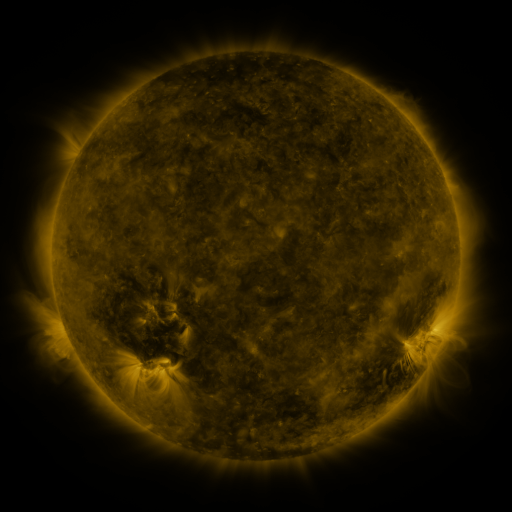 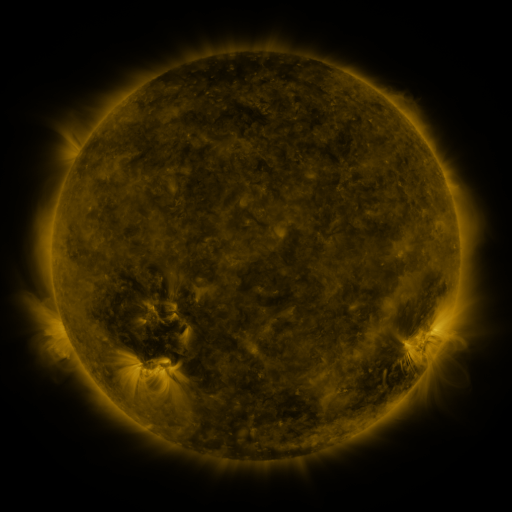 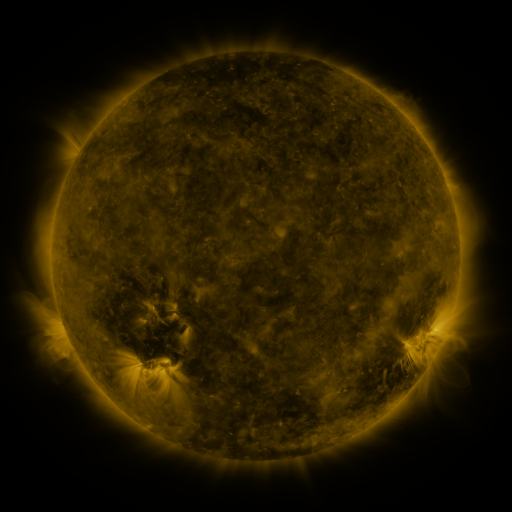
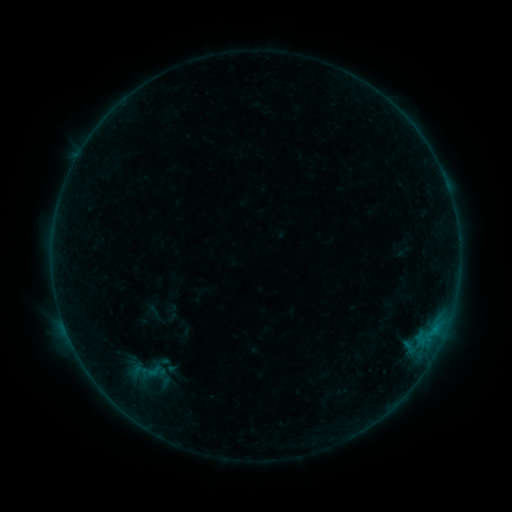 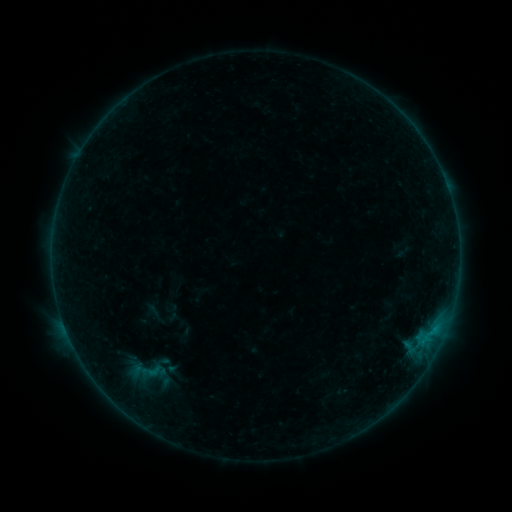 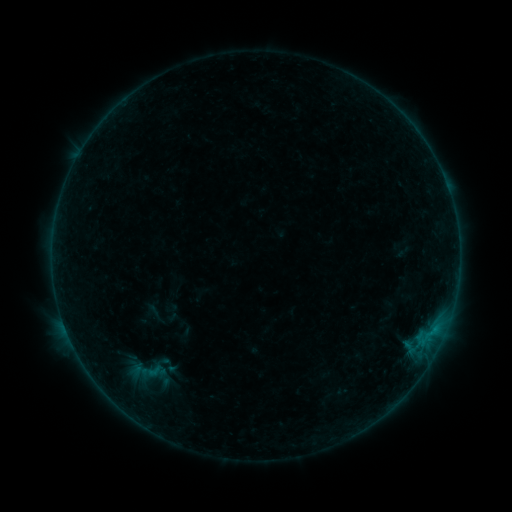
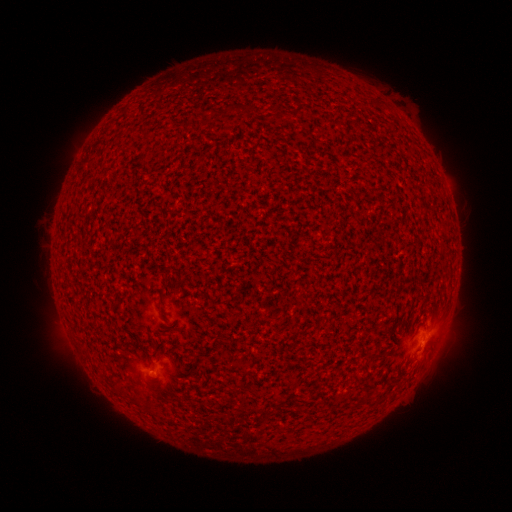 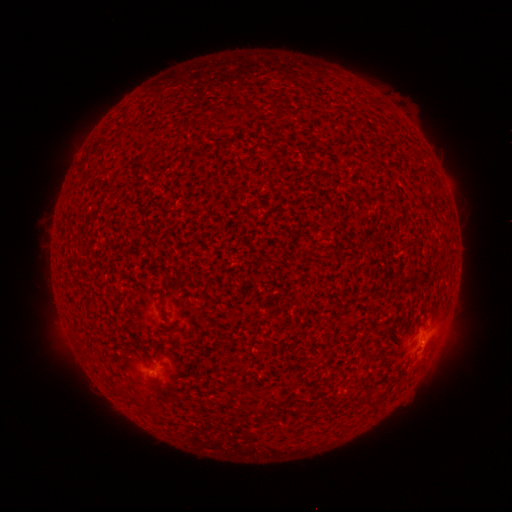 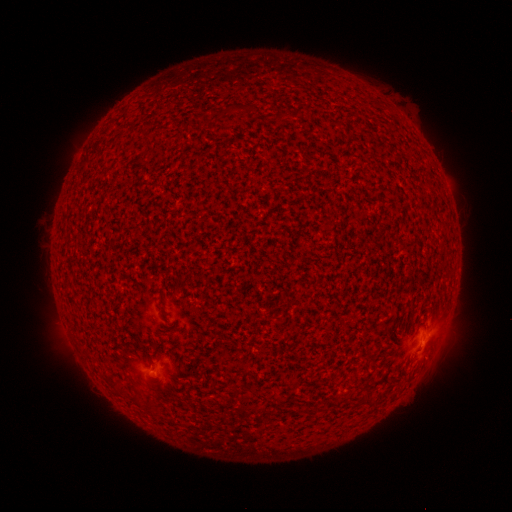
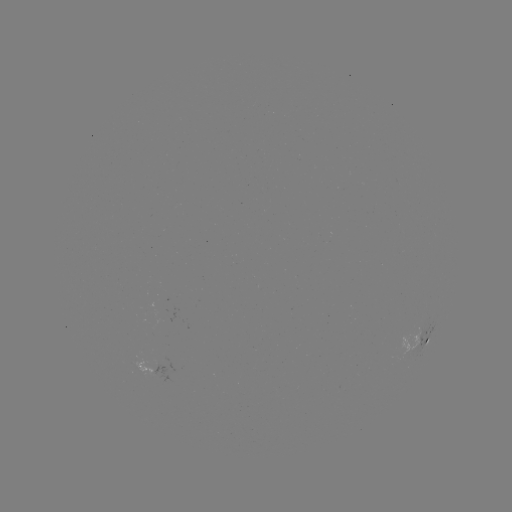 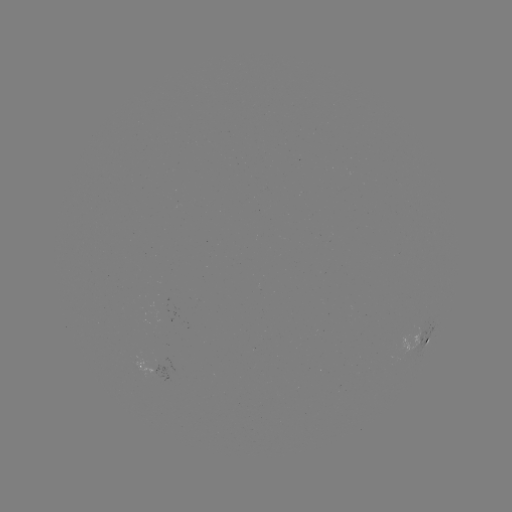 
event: flare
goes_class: B1.6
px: (424, 339)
